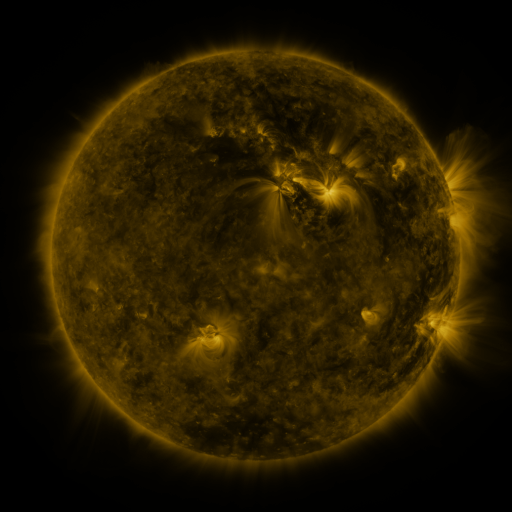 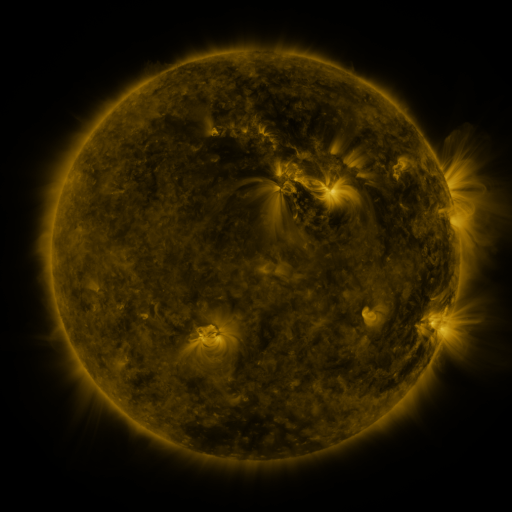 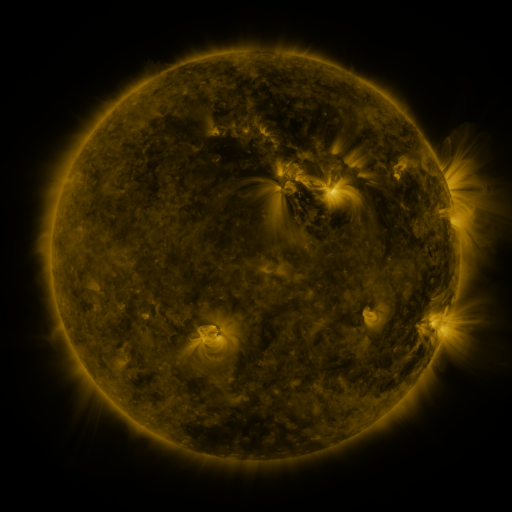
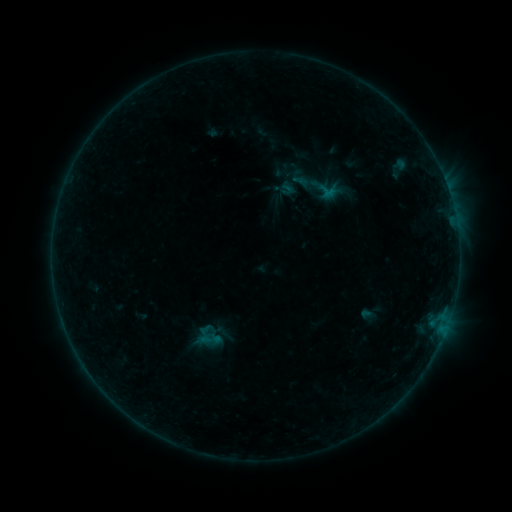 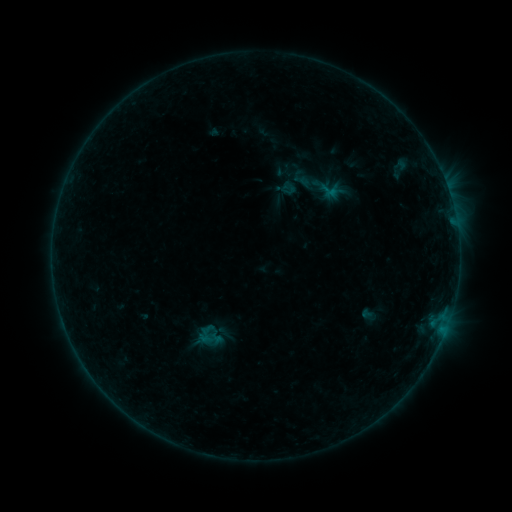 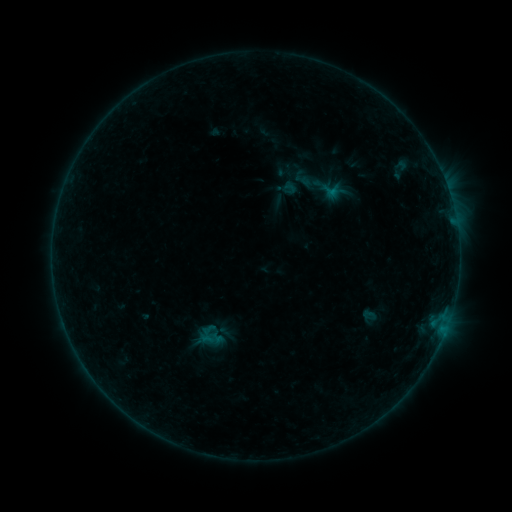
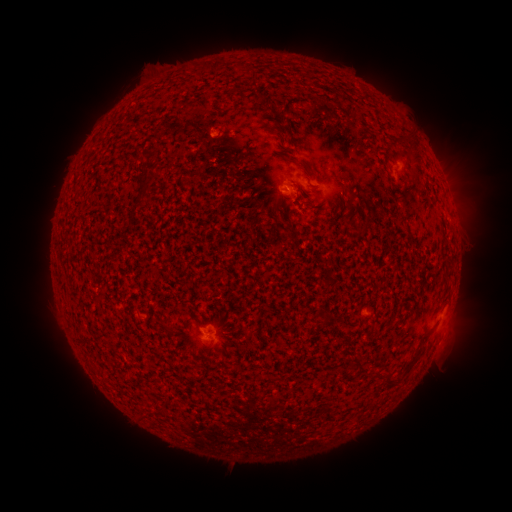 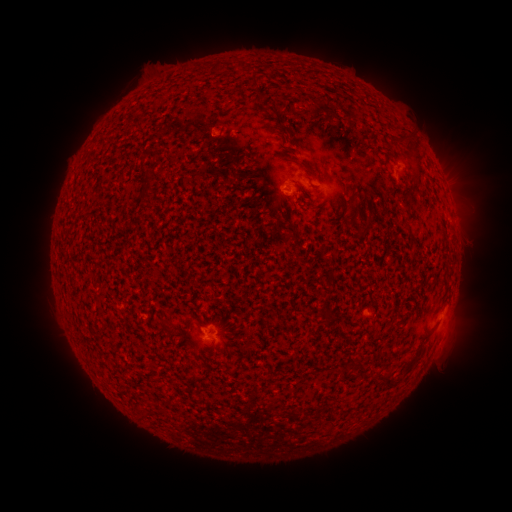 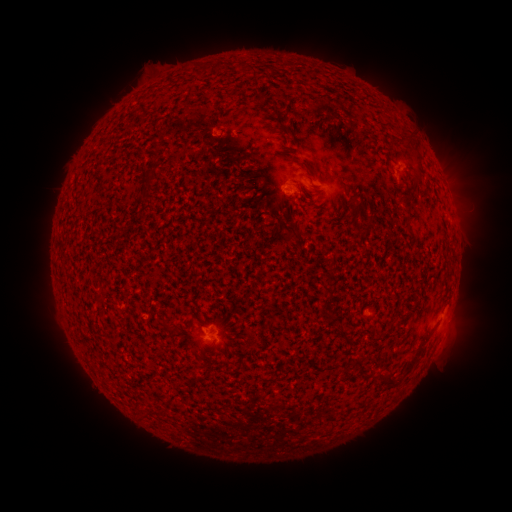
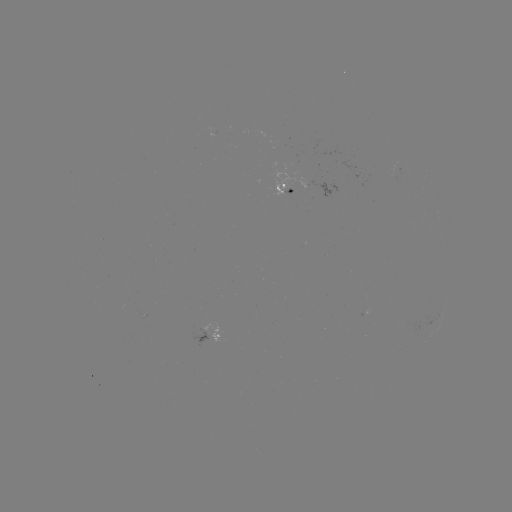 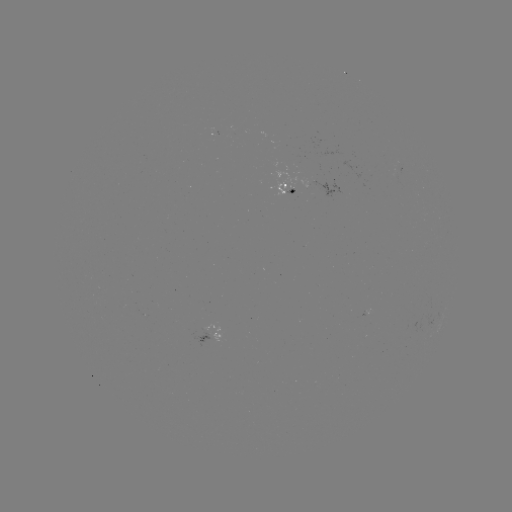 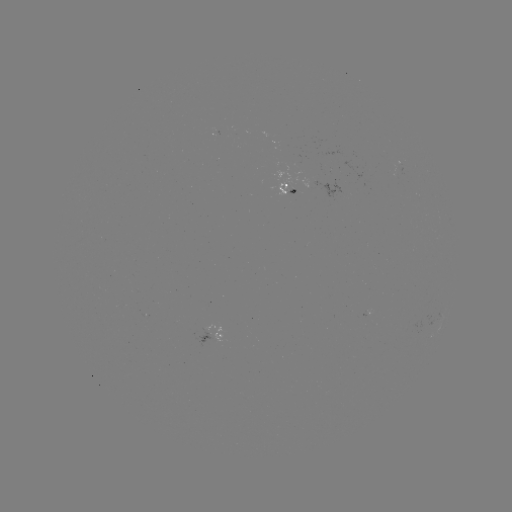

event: emerging-flux region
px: (293, 191)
